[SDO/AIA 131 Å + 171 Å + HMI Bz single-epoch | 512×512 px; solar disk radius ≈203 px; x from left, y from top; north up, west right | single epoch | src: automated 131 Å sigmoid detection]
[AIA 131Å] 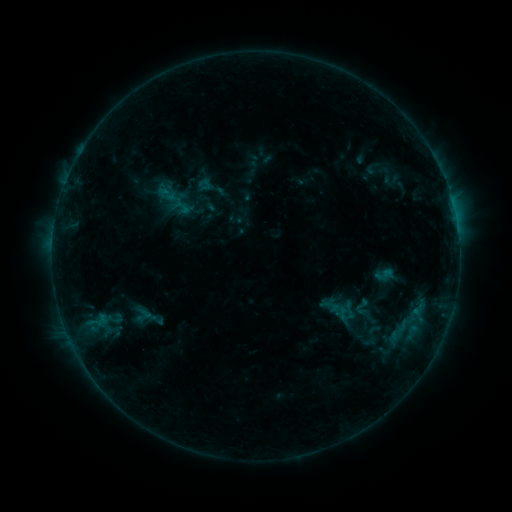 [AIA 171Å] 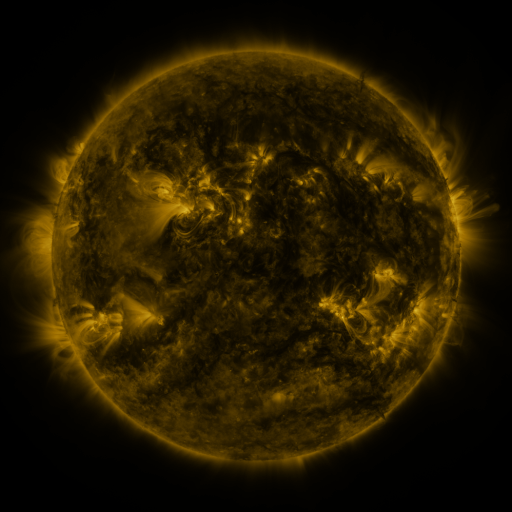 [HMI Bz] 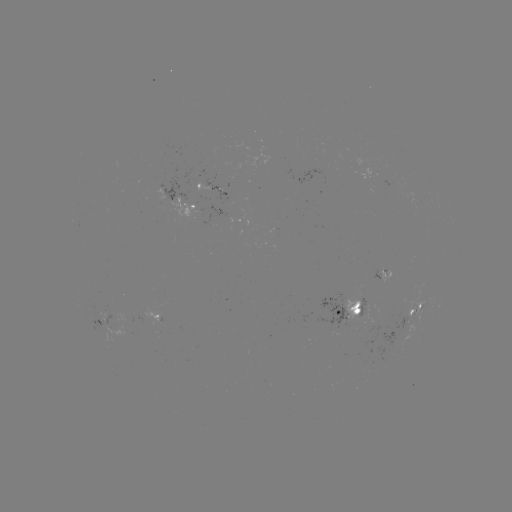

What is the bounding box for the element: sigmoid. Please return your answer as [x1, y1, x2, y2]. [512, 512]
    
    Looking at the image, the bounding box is [385, 316, 411, 345].